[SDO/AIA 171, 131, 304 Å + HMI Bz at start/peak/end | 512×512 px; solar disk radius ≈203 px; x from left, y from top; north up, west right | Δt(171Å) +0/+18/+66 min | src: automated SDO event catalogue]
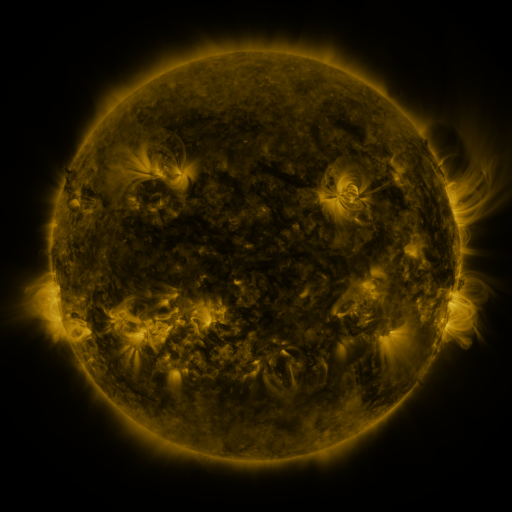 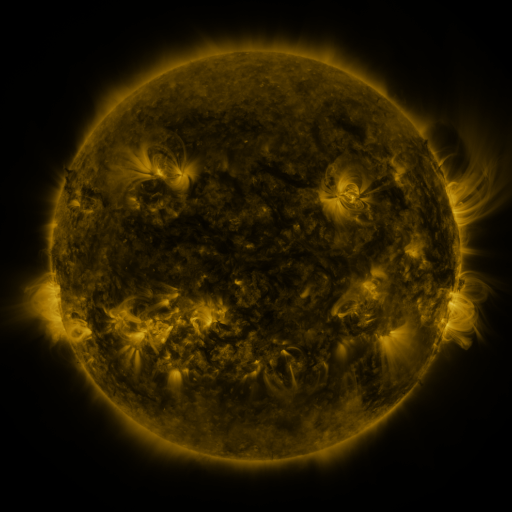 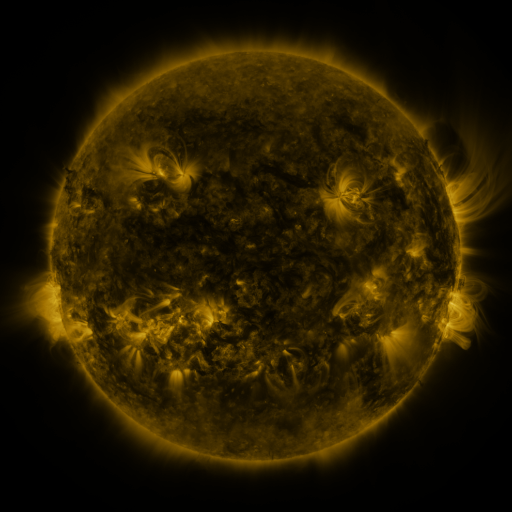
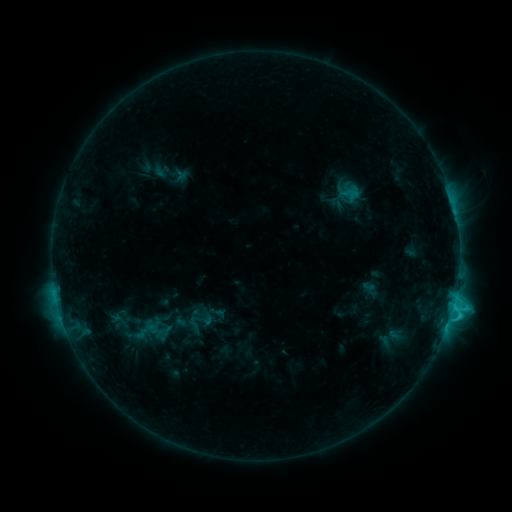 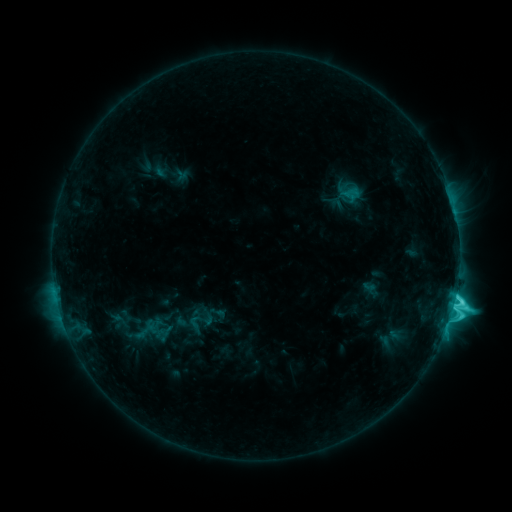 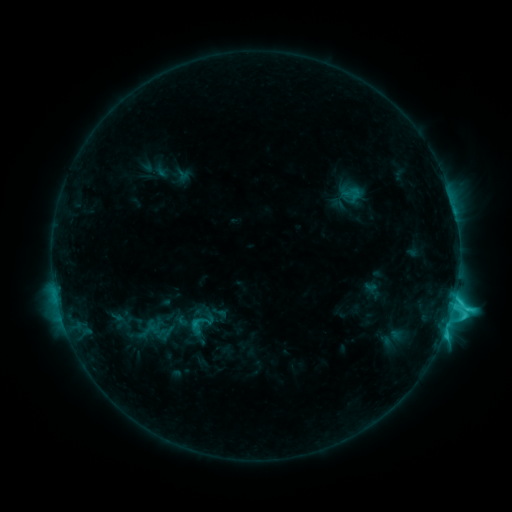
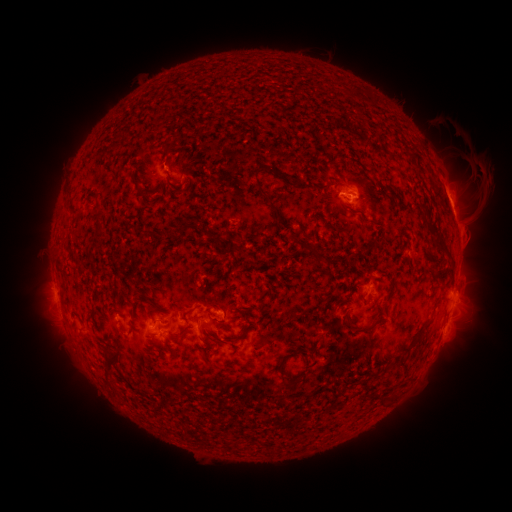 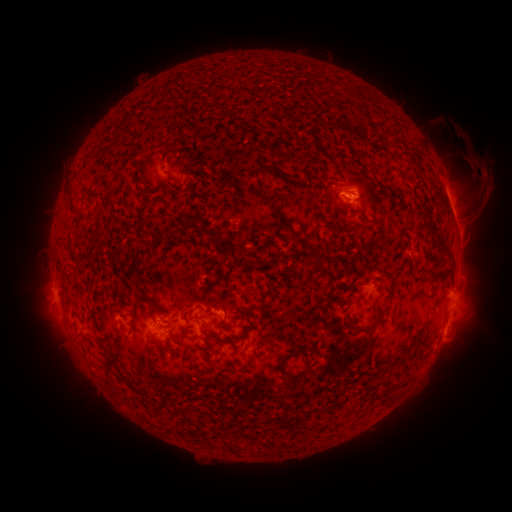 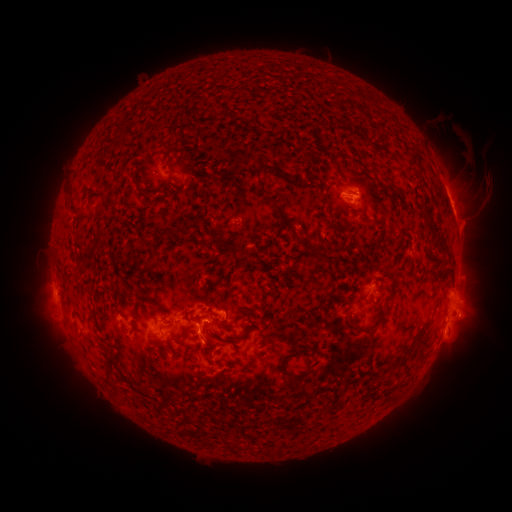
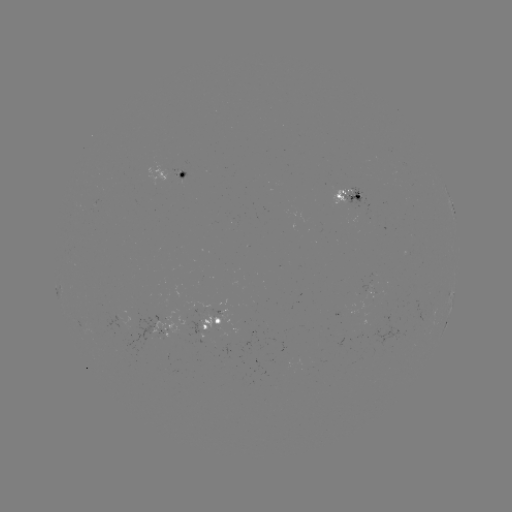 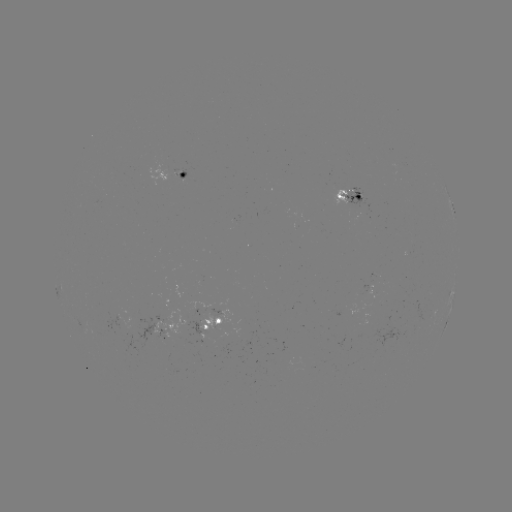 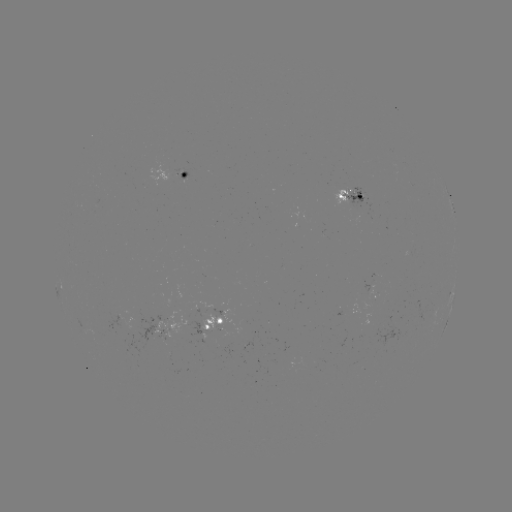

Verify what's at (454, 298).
C7.0 flare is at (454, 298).